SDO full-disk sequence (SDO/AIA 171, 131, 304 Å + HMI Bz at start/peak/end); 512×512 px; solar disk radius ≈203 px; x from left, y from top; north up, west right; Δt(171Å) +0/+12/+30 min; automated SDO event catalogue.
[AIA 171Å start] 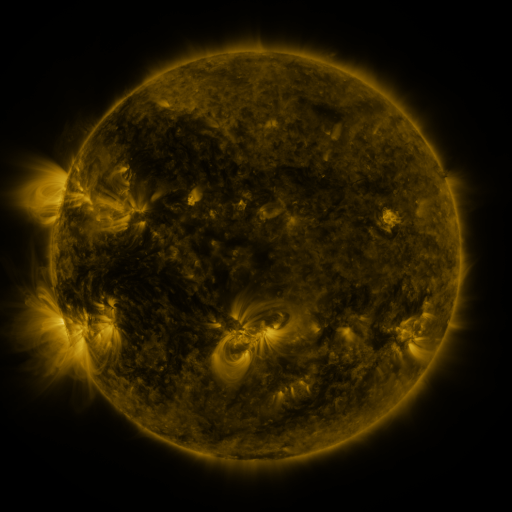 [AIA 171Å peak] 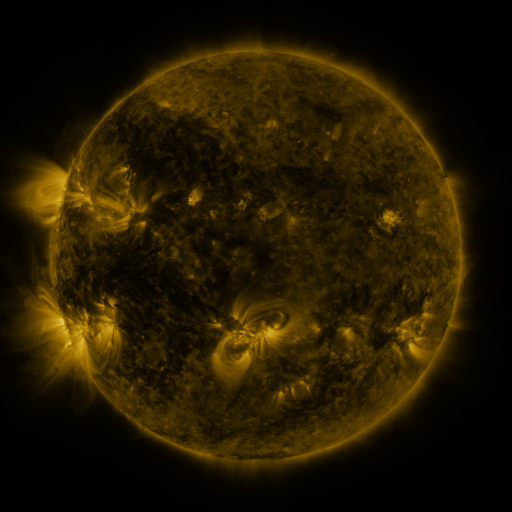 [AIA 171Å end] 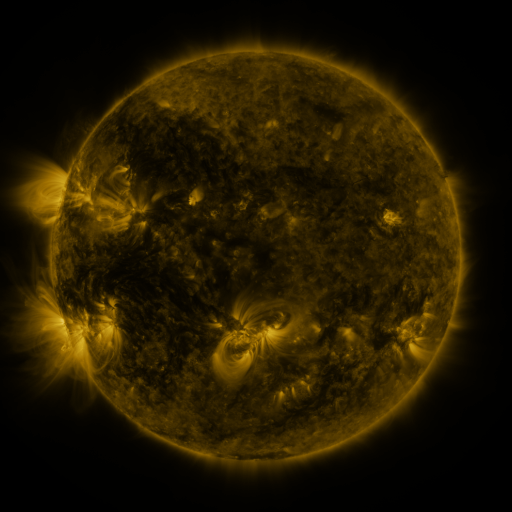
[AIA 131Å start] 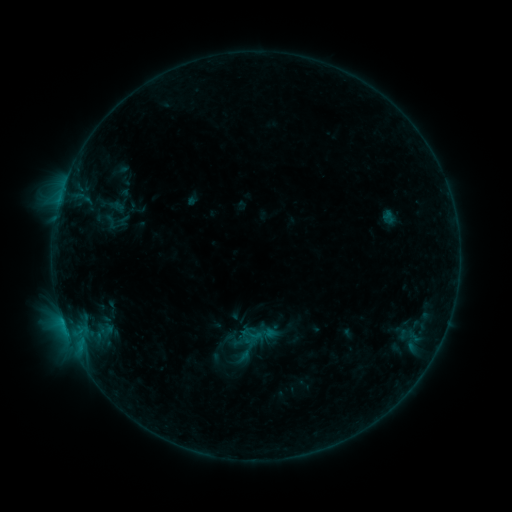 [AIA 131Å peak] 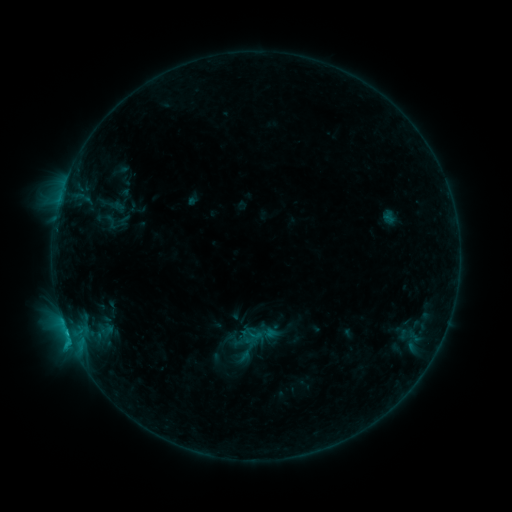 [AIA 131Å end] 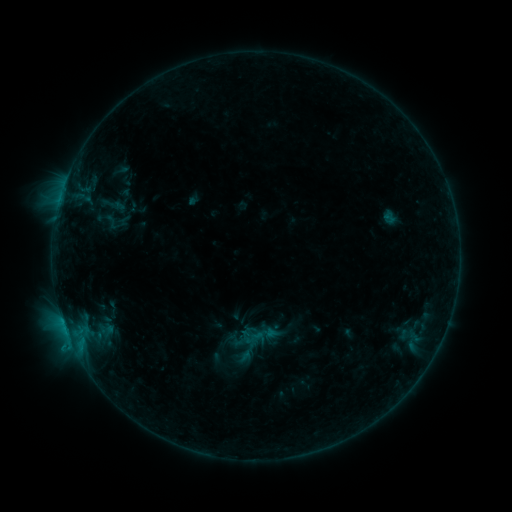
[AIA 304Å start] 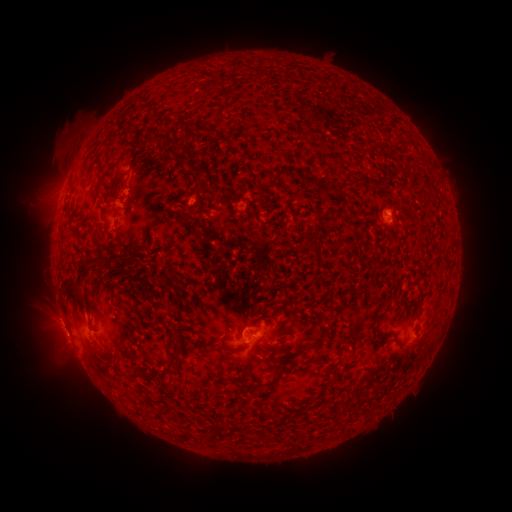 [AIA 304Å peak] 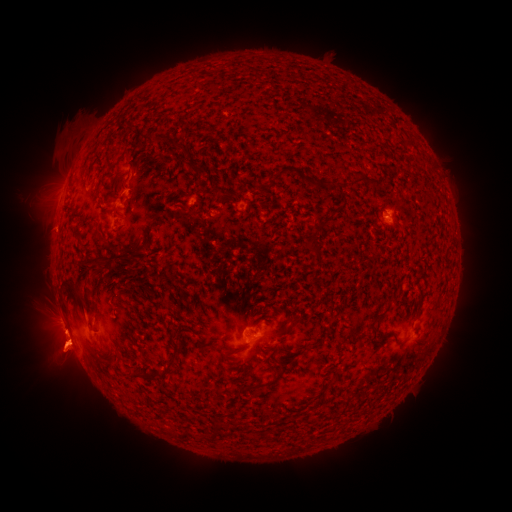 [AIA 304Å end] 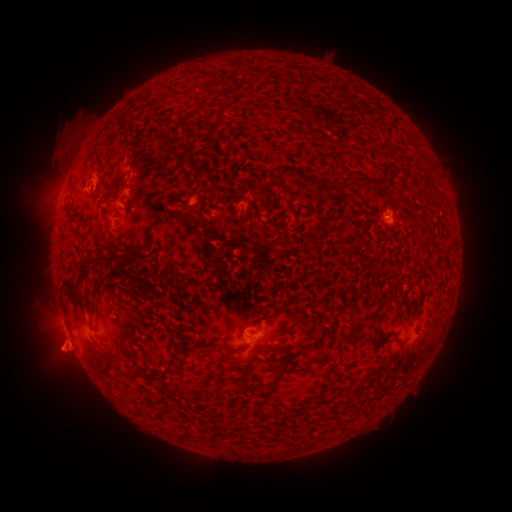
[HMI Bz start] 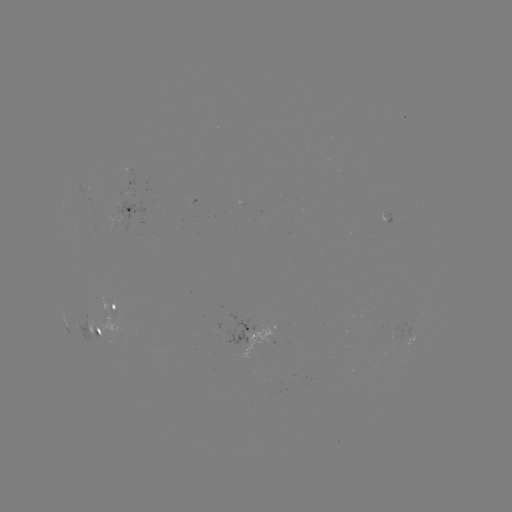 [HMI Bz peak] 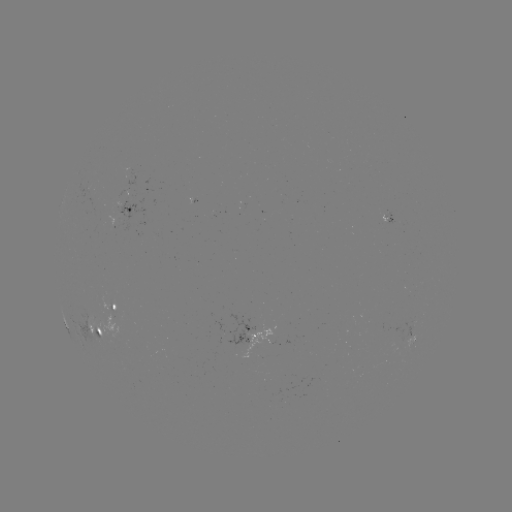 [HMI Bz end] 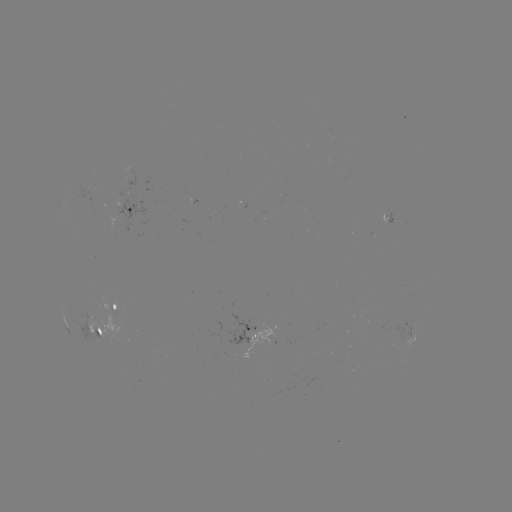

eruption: (0, 262, 120, 424)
